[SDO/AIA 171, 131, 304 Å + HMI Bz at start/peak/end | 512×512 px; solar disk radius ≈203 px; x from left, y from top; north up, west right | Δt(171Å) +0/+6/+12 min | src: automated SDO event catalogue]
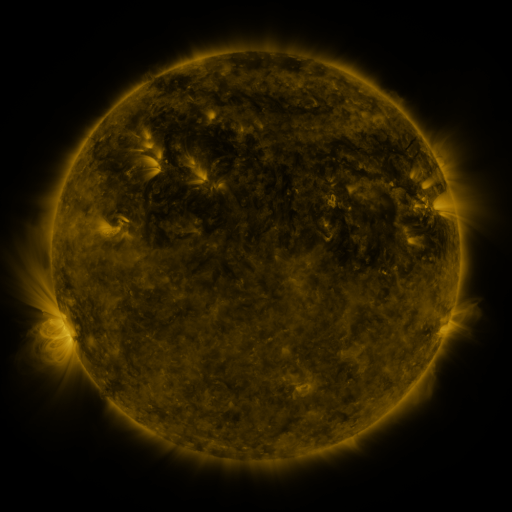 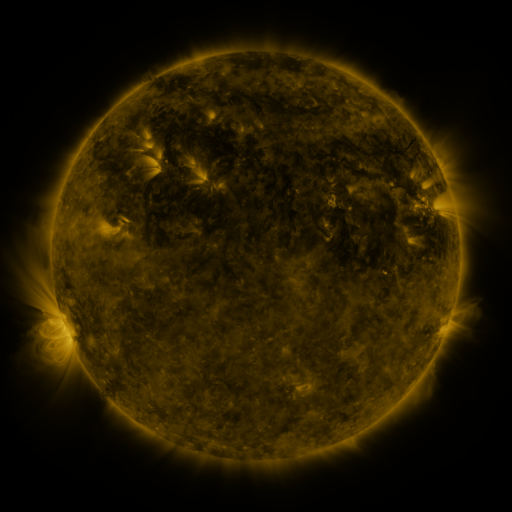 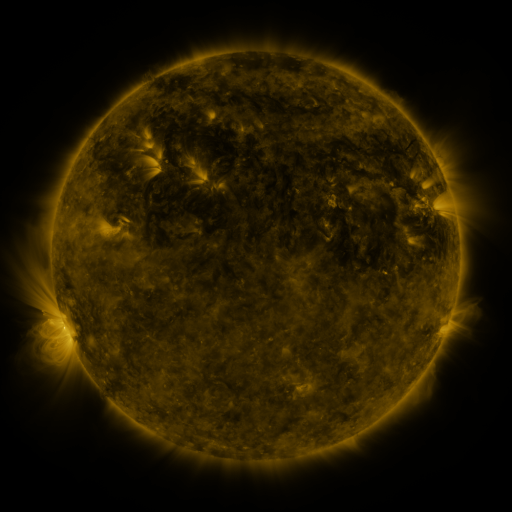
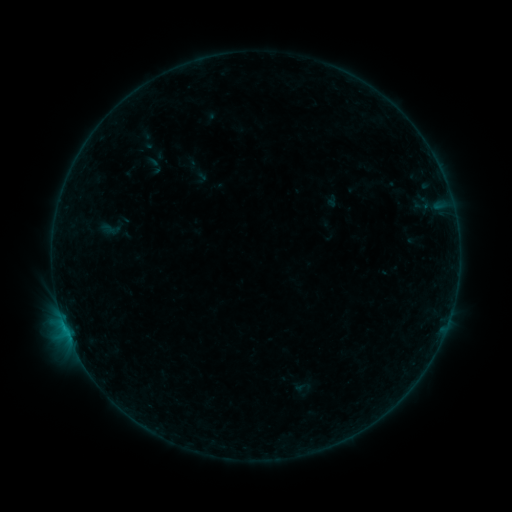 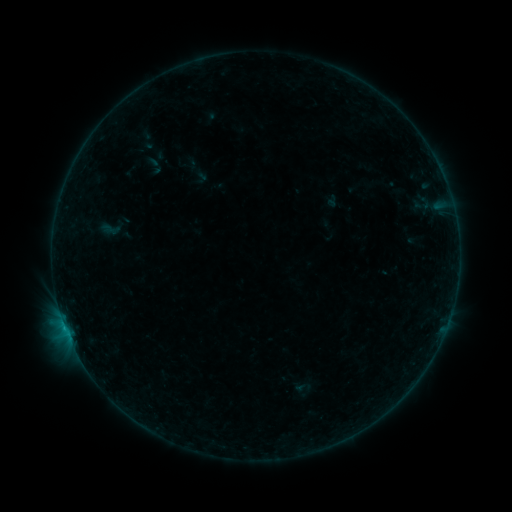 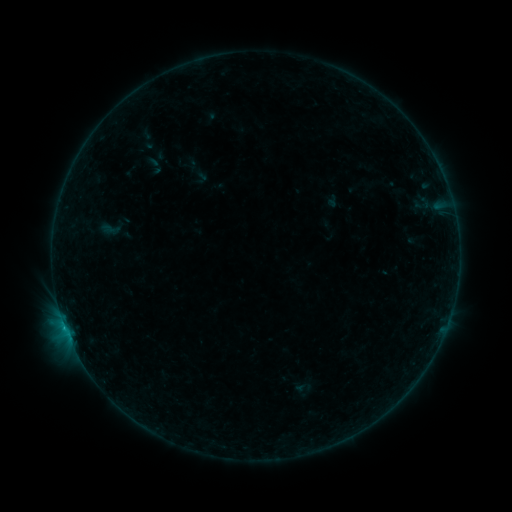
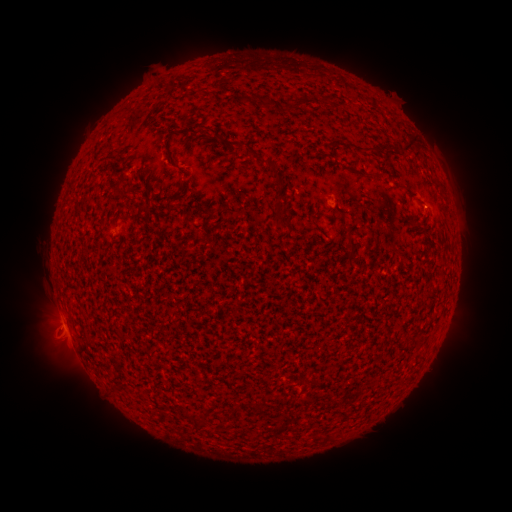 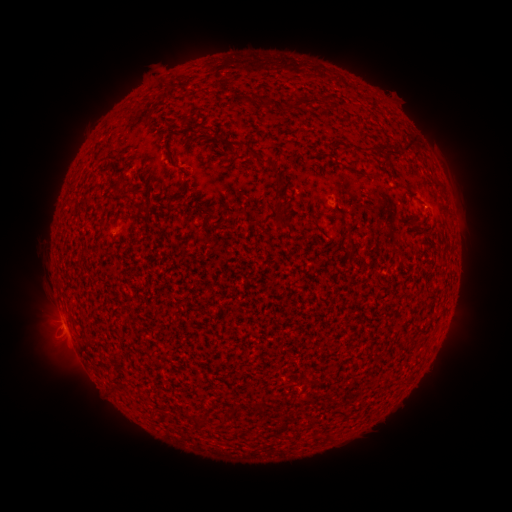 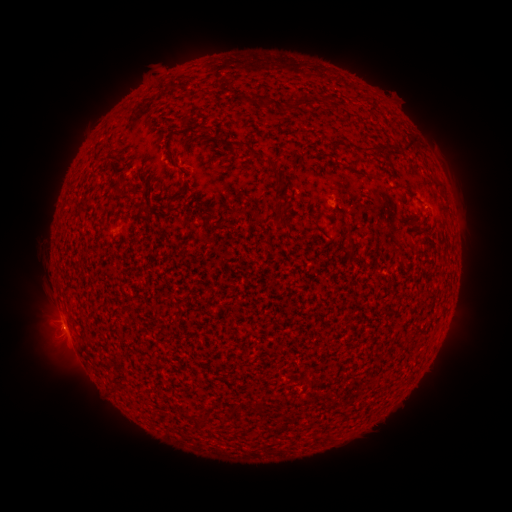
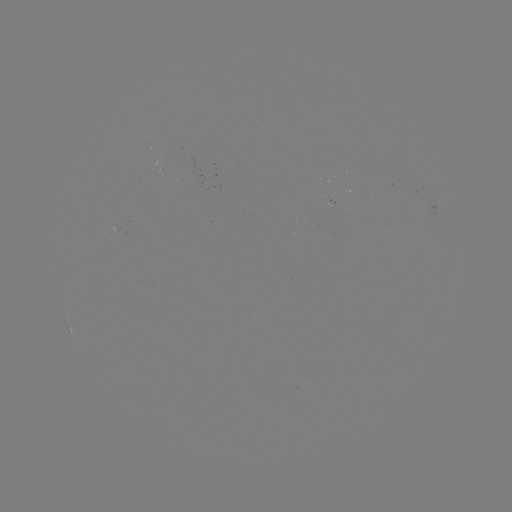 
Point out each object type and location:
B3.1 flare: (65, 326)
